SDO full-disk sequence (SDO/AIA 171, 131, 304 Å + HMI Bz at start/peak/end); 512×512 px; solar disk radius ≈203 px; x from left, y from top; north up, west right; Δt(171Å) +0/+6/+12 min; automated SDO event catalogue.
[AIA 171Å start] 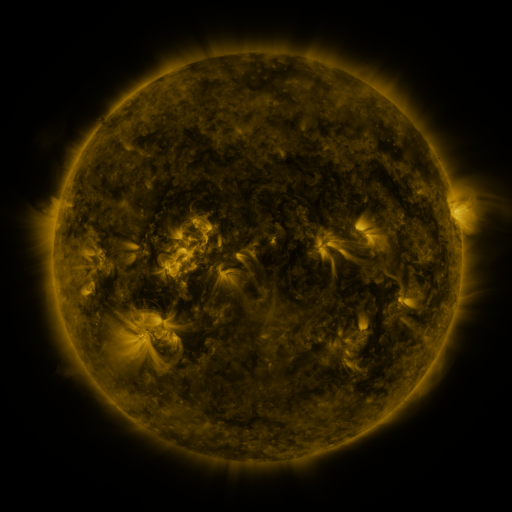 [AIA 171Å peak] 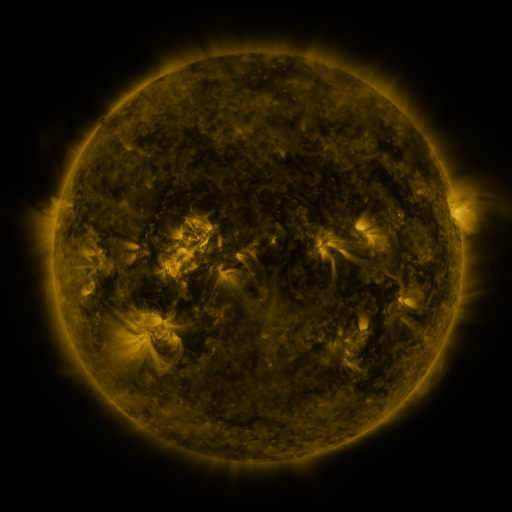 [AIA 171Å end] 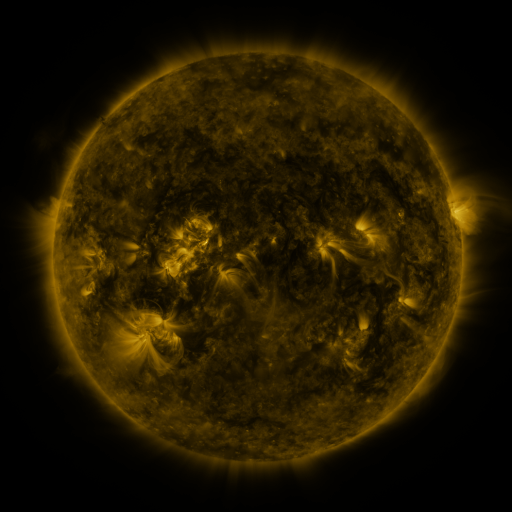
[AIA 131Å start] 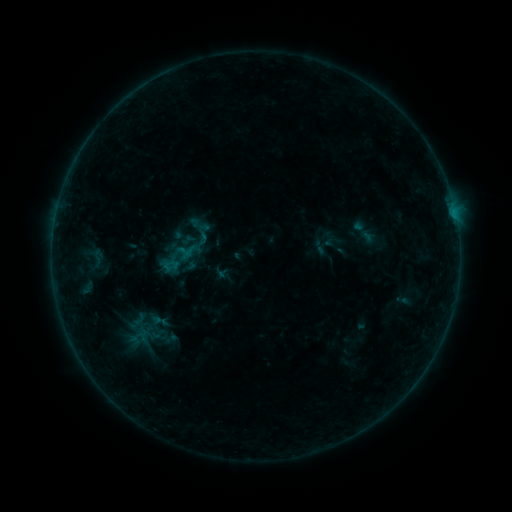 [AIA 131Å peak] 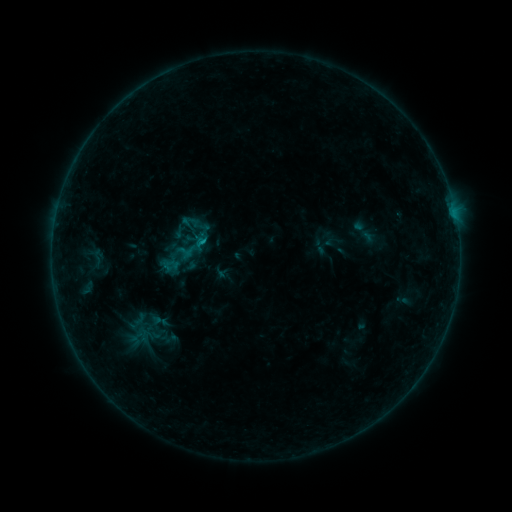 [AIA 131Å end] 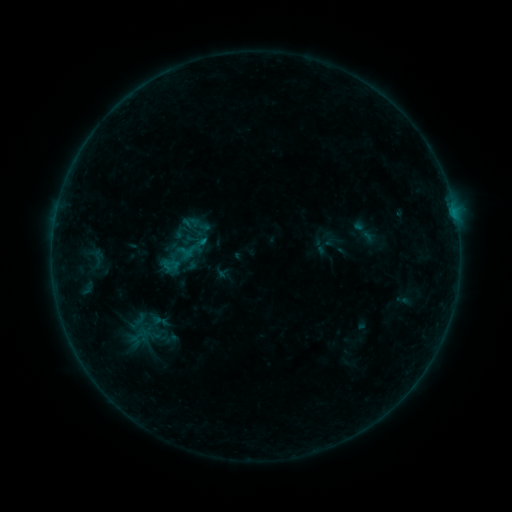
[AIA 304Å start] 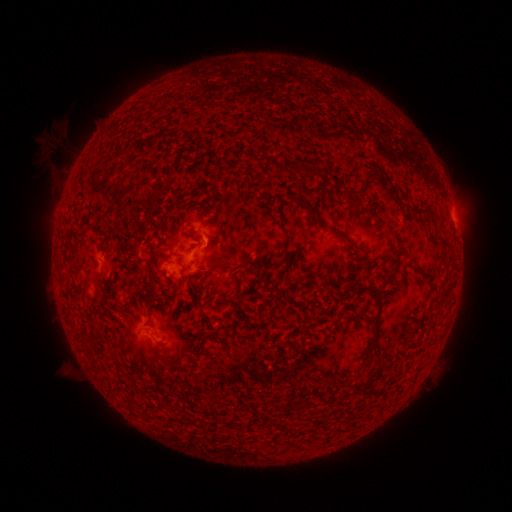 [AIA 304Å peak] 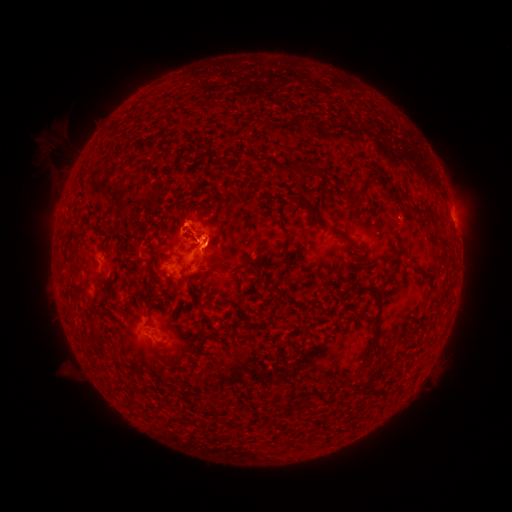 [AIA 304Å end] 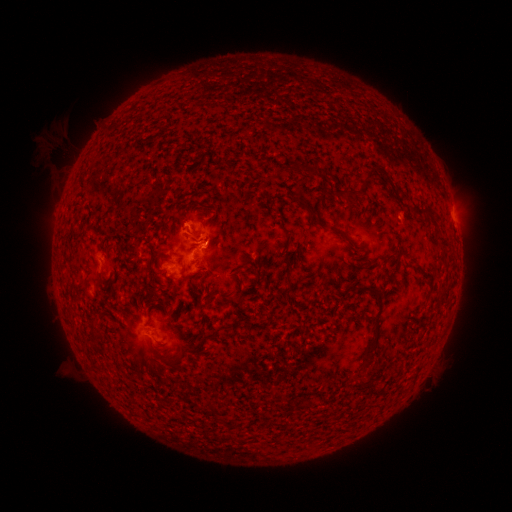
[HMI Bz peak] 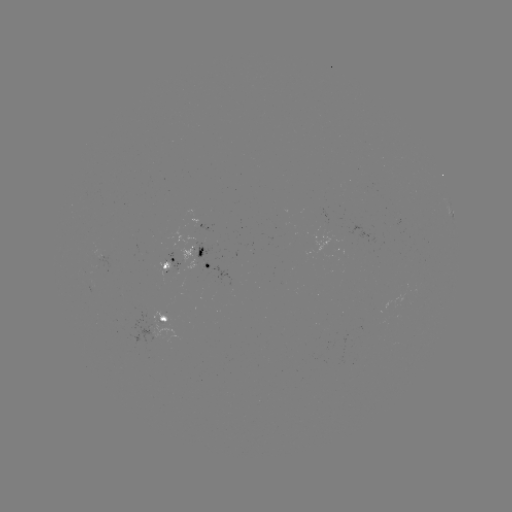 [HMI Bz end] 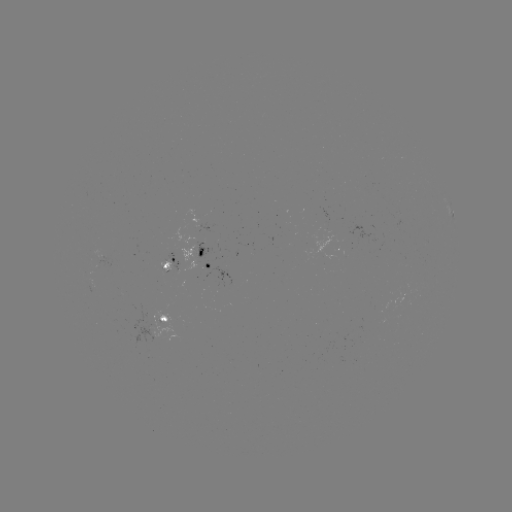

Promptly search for eruption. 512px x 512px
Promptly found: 206,229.